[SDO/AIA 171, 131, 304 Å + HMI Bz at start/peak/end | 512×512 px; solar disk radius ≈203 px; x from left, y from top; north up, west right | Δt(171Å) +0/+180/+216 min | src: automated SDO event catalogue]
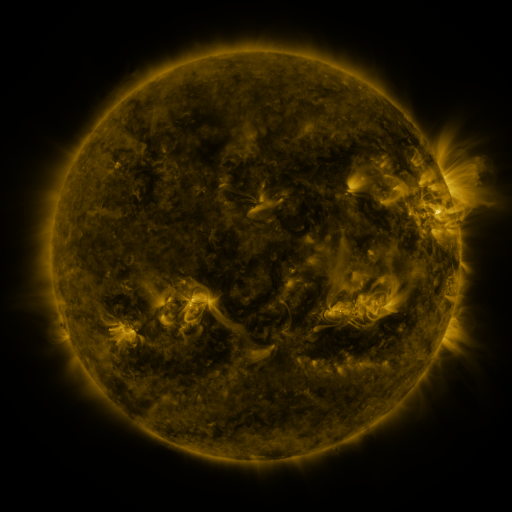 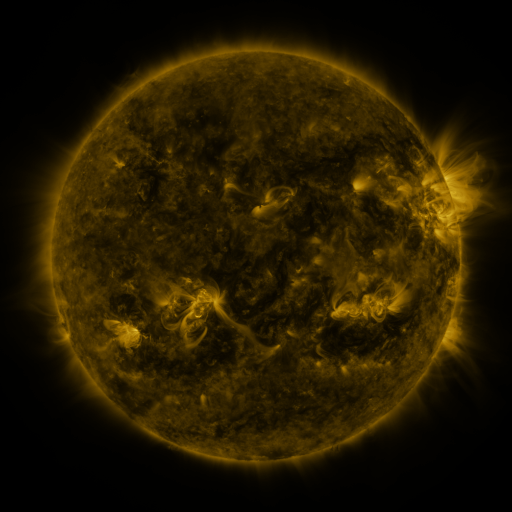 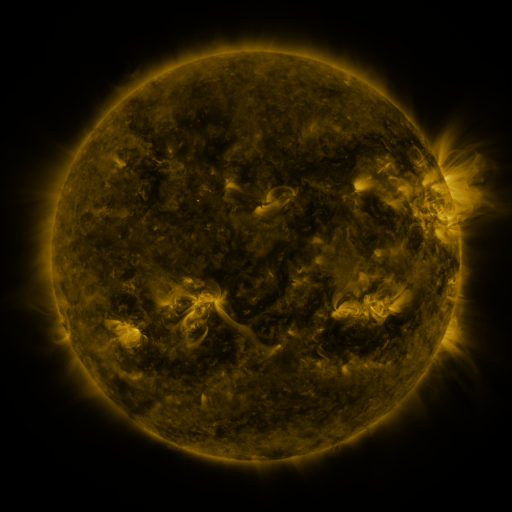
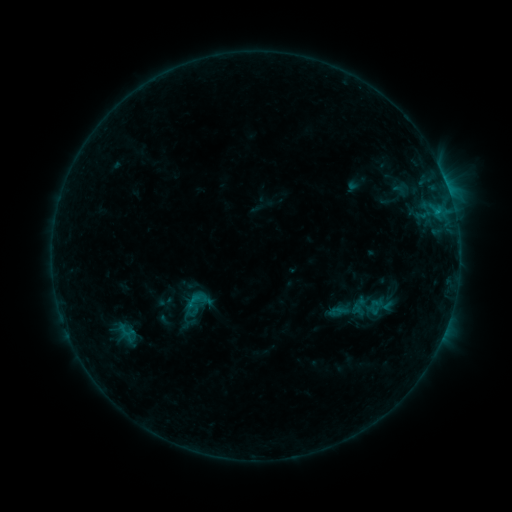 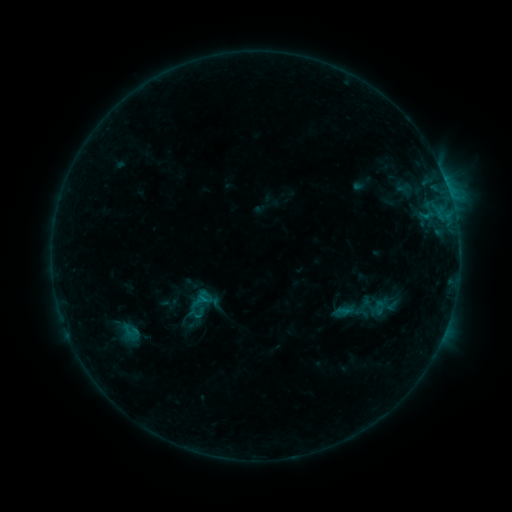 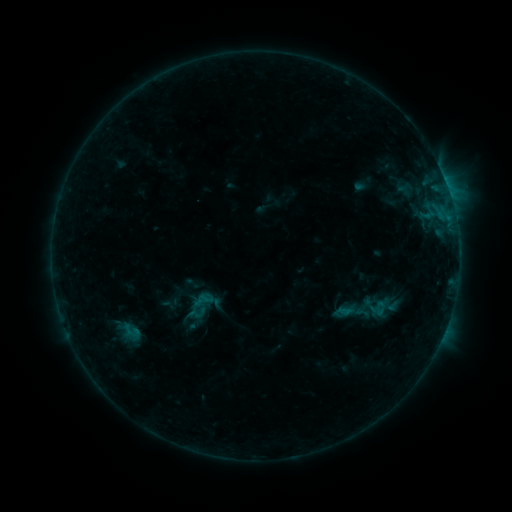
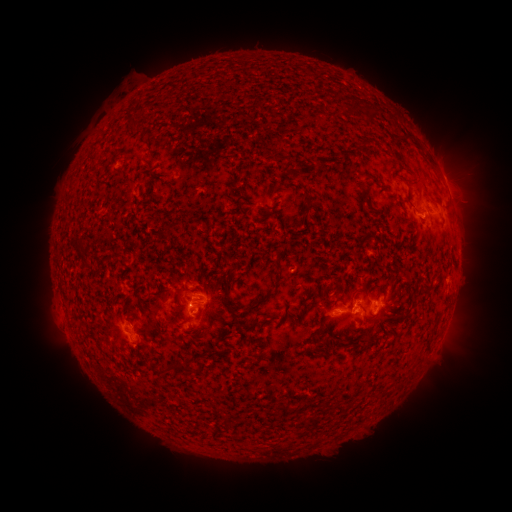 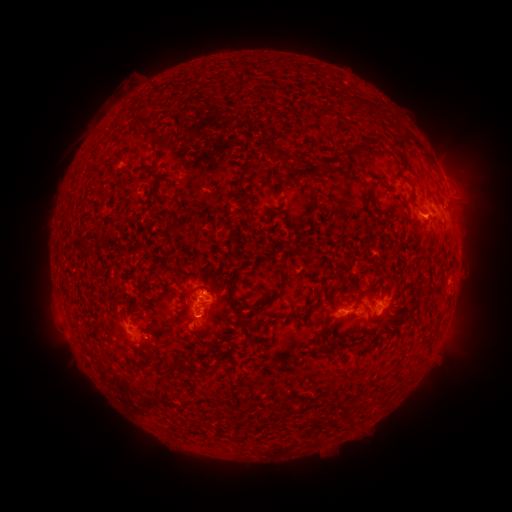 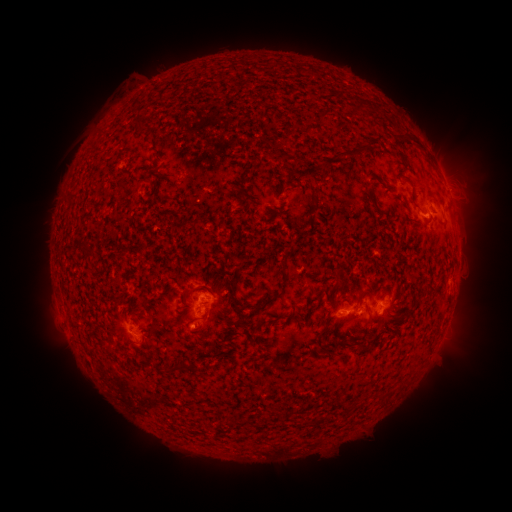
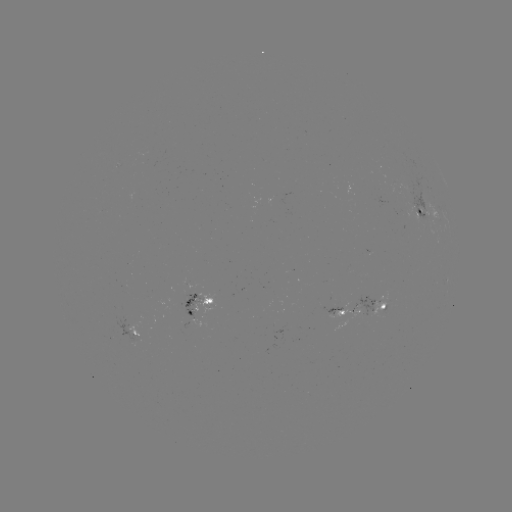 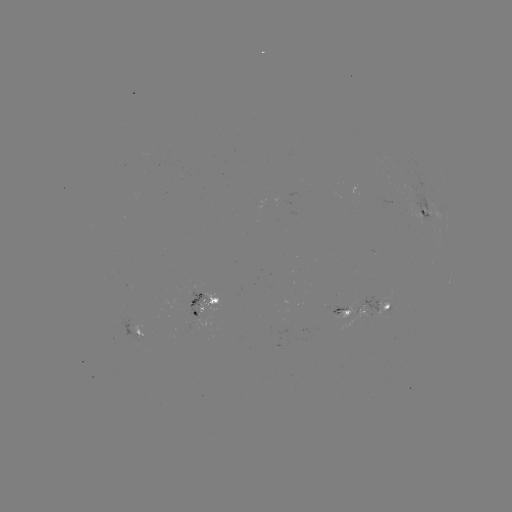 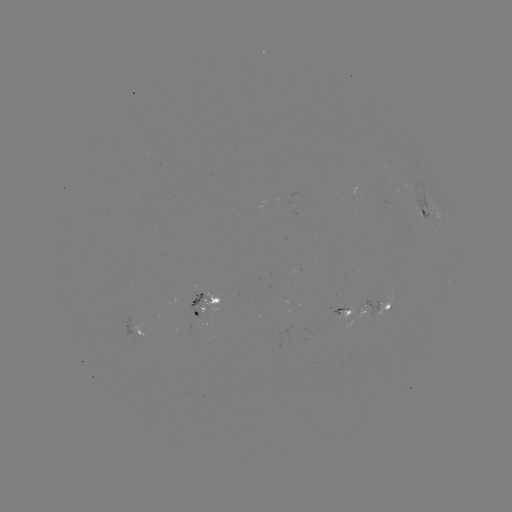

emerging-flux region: [184, 293, 210, 317]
